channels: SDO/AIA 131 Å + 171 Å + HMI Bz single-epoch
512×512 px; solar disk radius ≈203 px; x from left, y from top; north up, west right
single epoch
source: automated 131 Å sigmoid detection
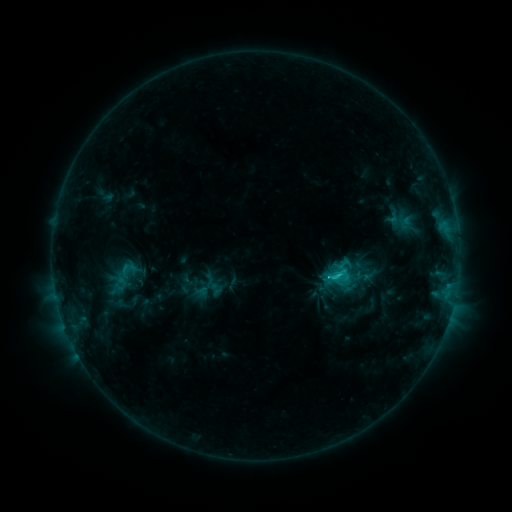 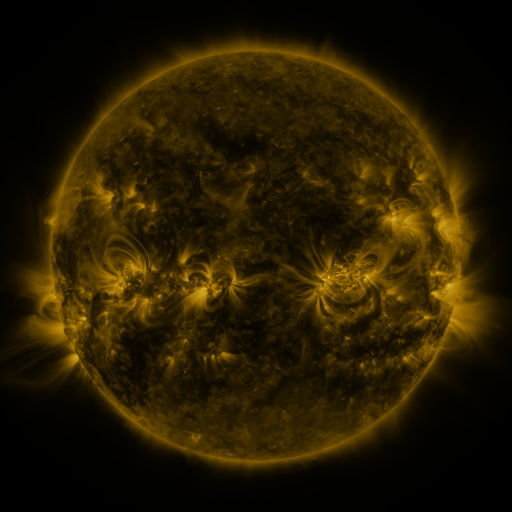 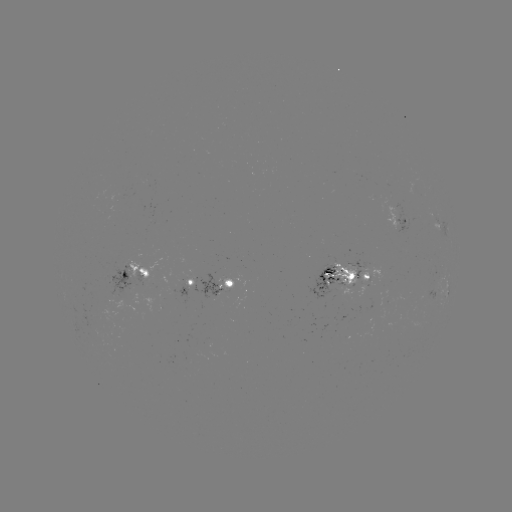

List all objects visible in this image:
sigmoid: (344, 264)
